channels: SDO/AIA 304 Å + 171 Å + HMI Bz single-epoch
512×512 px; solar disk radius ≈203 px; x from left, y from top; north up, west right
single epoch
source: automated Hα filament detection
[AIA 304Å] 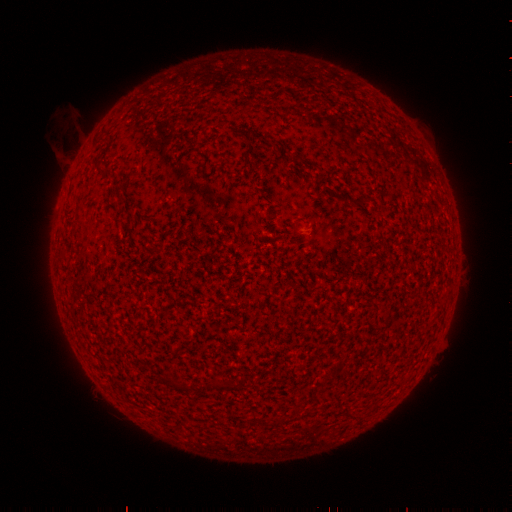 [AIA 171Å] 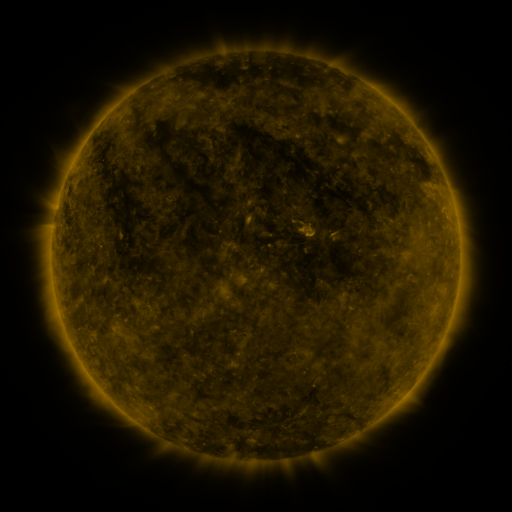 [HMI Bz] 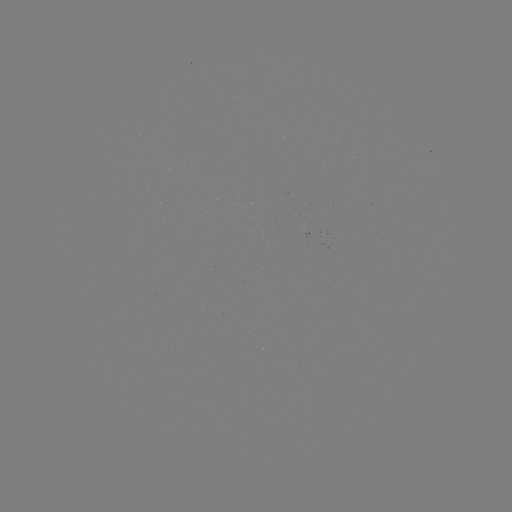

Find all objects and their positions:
filament: [91, 159, 106, 177]
filament: [210, 379, 223, 387]
